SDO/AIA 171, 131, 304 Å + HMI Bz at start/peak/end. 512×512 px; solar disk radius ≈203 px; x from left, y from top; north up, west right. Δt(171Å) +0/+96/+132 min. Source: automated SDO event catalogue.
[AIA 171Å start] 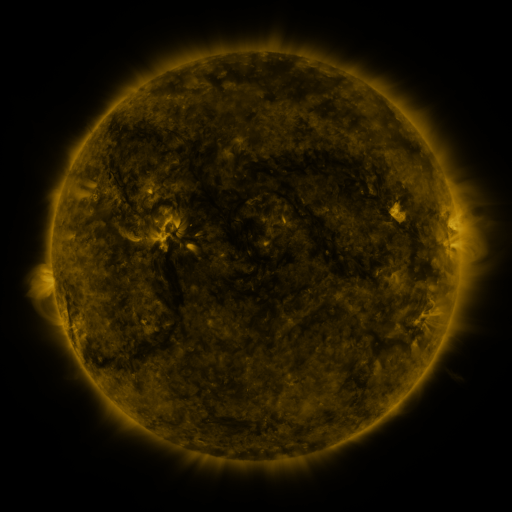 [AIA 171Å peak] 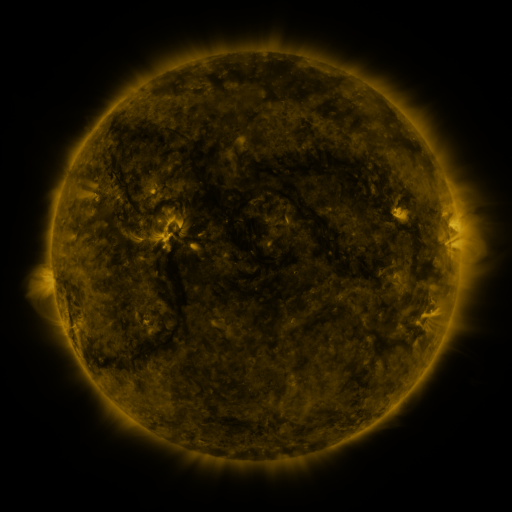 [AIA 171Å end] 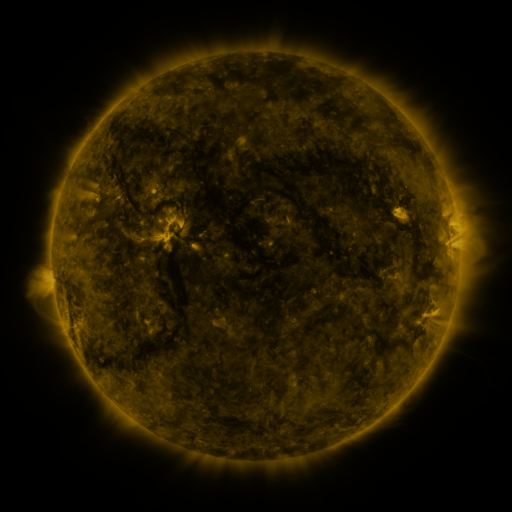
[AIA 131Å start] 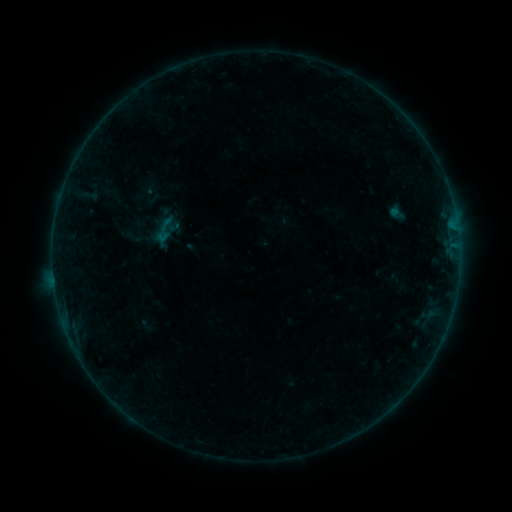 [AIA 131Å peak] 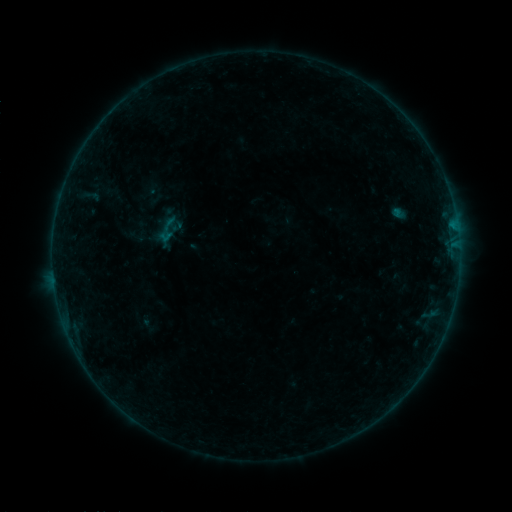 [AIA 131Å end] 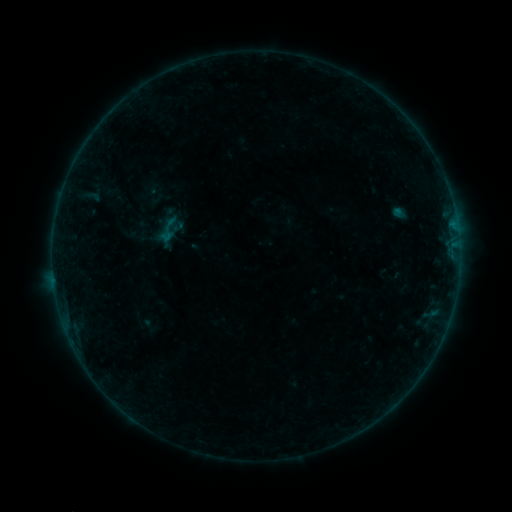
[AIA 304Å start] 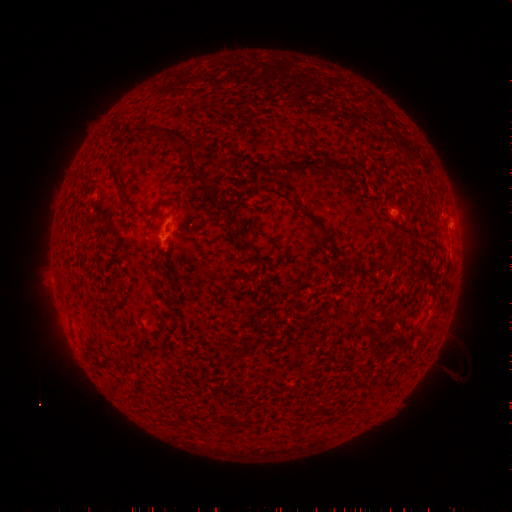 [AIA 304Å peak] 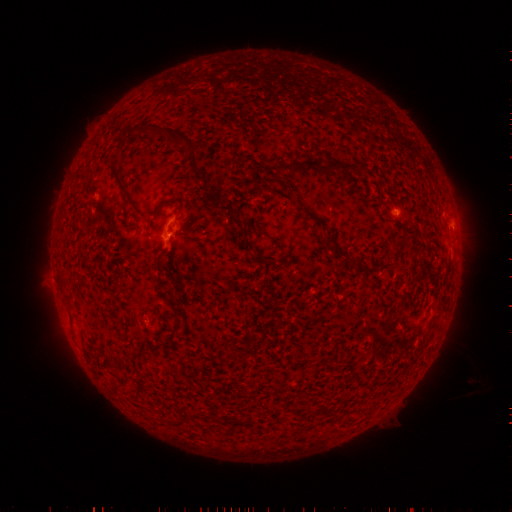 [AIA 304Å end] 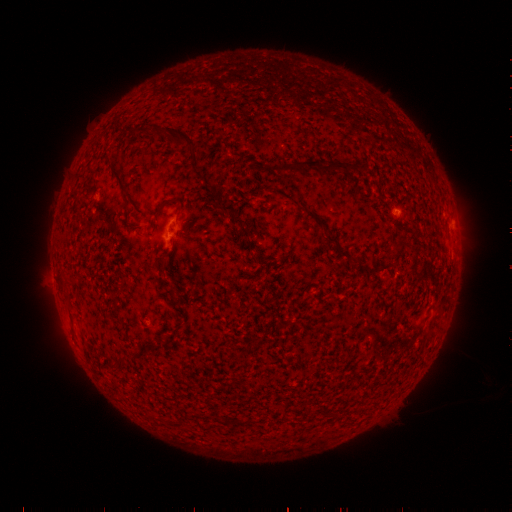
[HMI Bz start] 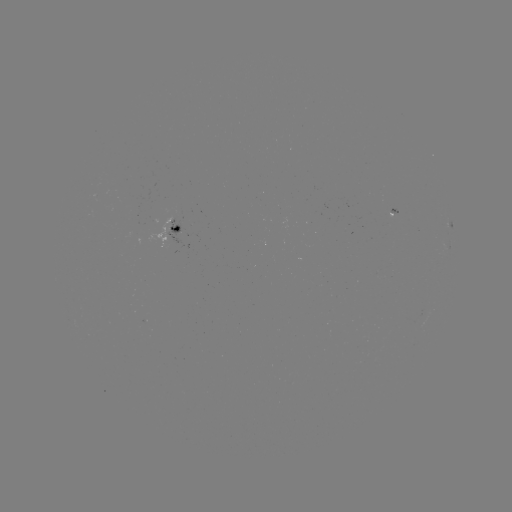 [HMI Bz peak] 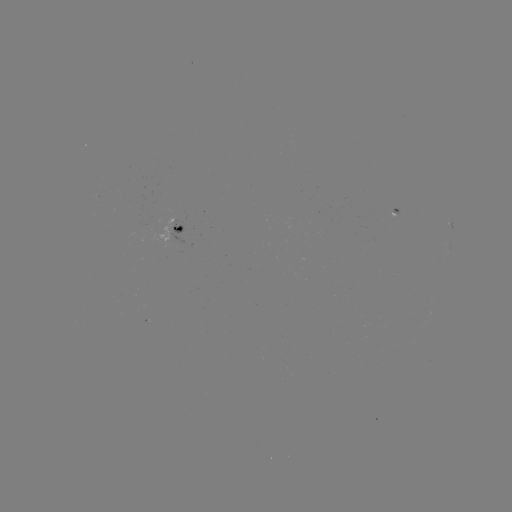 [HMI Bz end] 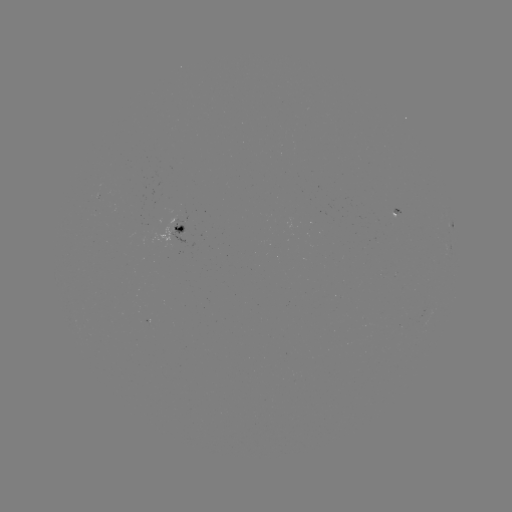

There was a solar emerging-flux region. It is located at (149, 325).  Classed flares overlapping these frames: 1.